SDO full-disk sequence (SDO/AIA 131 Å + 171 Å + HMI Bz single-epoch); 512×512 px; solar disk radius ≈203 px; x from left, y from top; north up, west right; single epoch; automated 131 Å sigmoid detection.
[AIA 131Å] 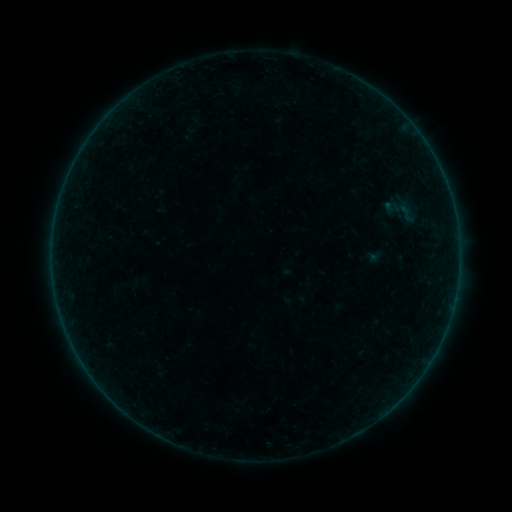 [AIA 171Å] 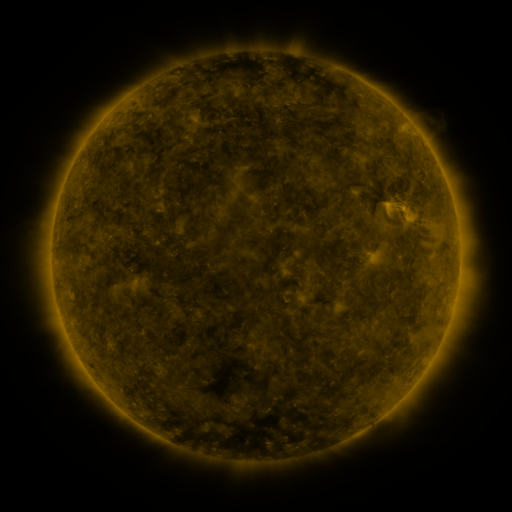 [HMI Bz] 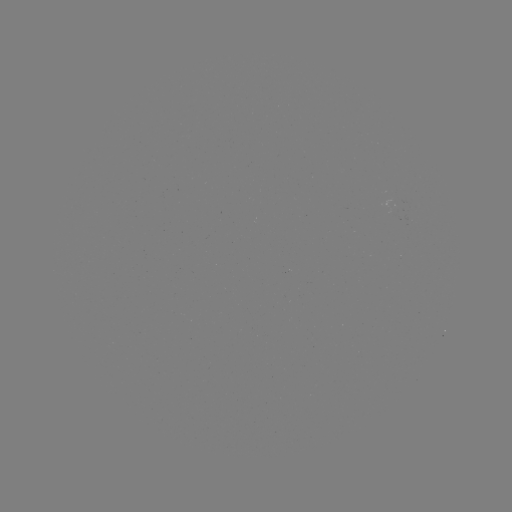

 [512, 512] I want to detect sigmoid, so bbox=[387, 193, 422, 229].